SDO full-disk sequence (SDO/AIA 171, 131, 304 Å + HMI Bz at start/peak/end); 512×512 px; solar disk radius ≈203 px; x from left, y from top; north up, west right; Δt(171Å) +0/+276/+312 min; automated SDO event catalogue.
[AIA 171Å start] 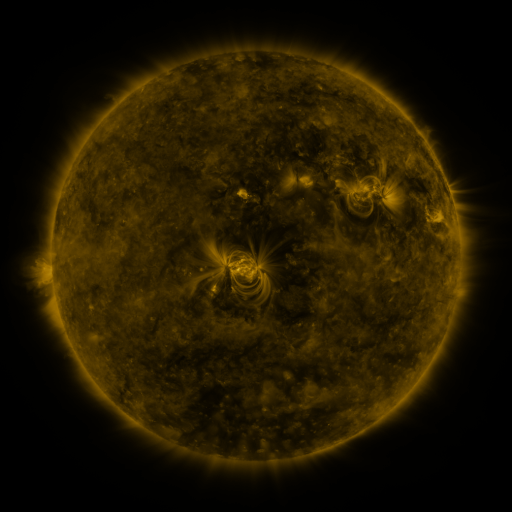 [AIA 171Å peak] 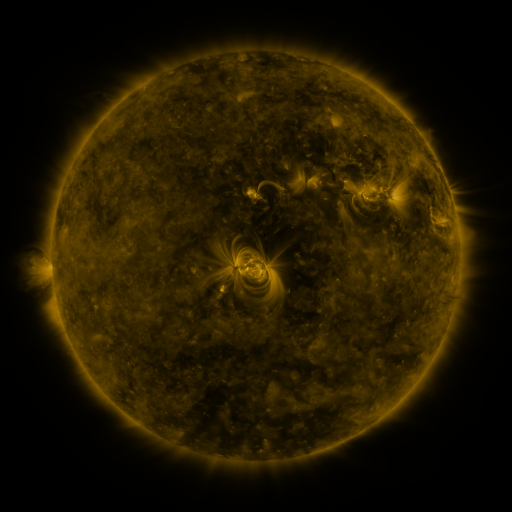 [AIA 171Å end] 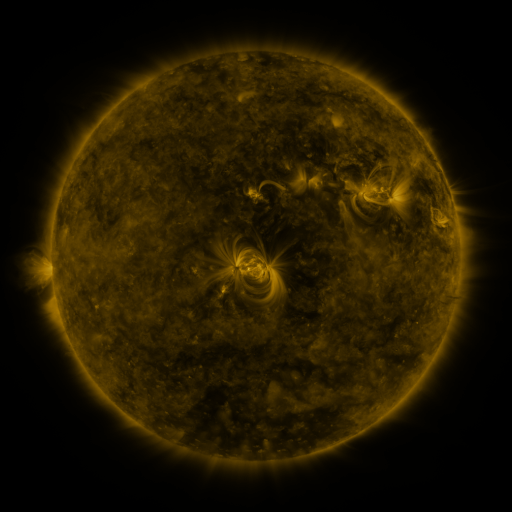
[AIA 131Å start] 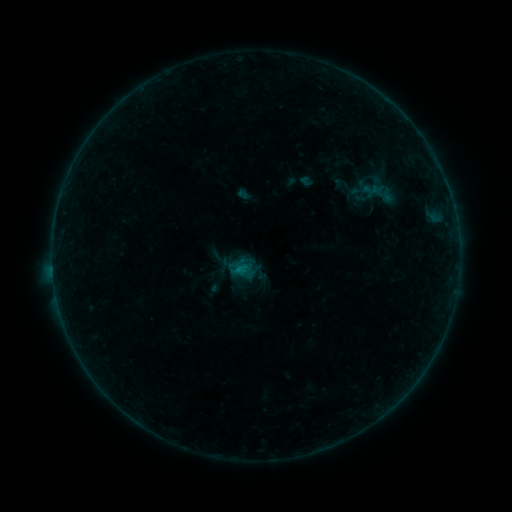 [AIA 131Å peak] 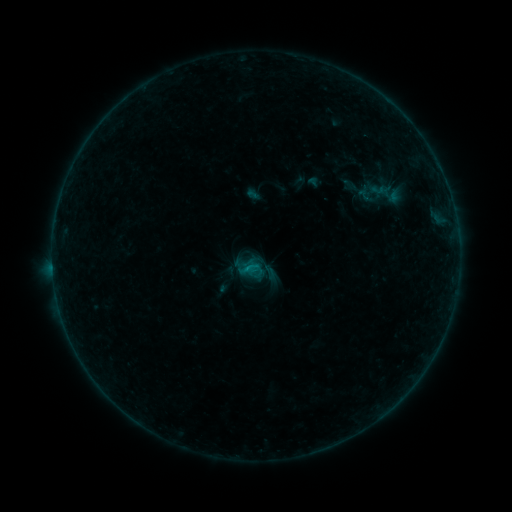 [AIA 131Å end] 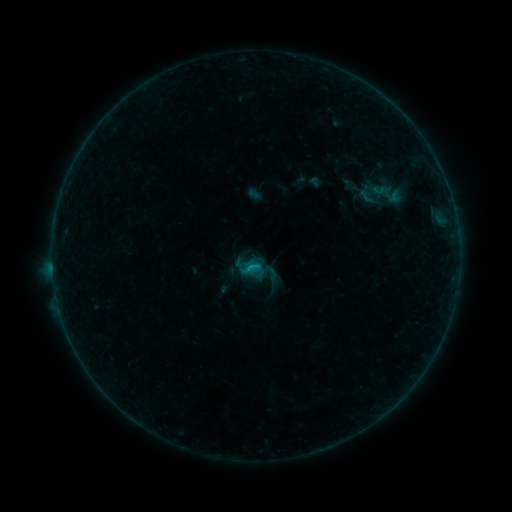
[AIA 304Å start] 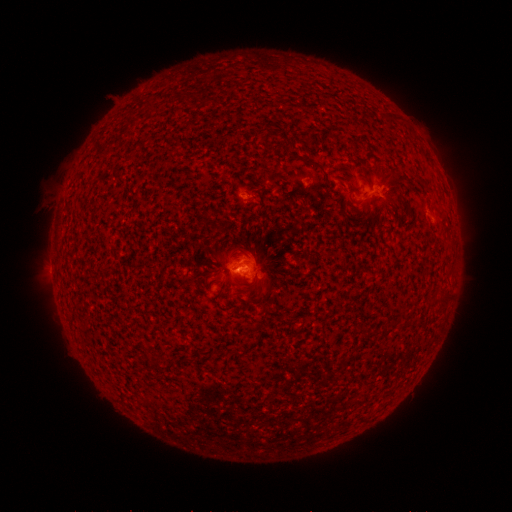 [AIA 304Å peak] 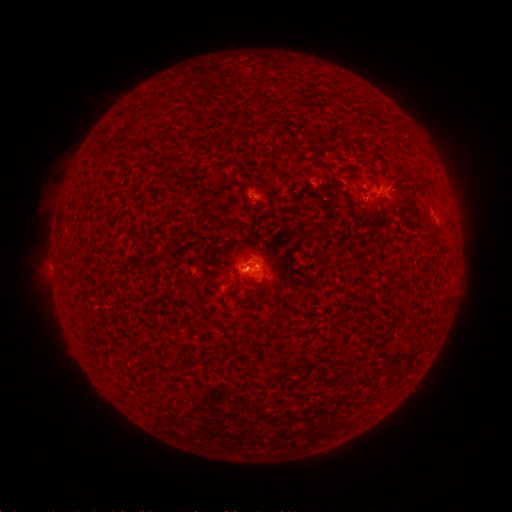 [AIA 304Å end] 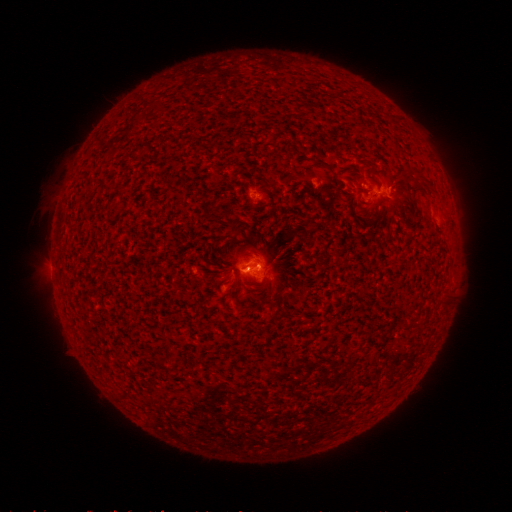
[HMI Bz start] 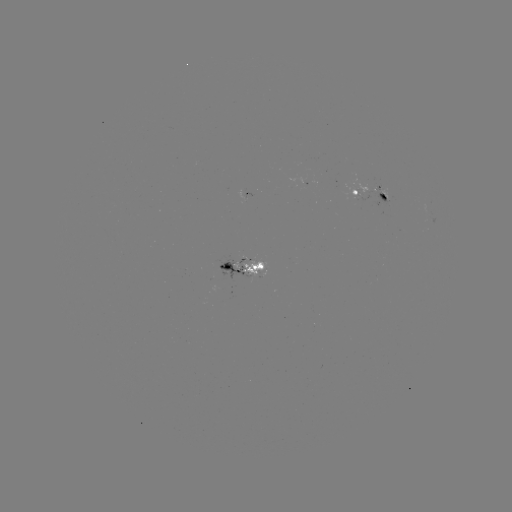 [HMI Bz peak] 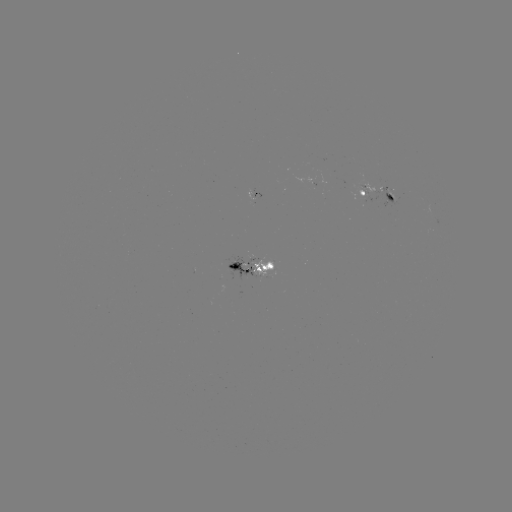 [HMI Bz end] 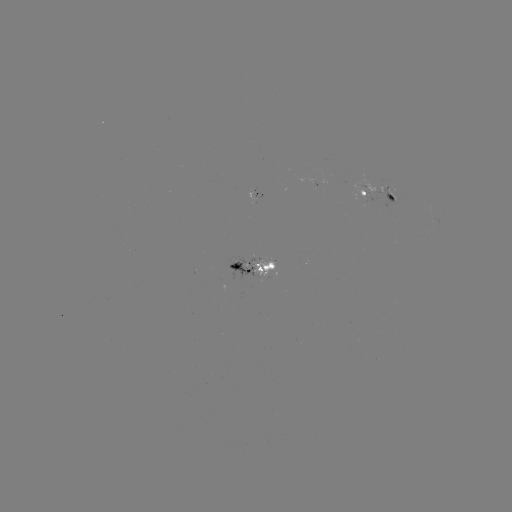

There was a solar emerging-flux region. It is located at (251, 192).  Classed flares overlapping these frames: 5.